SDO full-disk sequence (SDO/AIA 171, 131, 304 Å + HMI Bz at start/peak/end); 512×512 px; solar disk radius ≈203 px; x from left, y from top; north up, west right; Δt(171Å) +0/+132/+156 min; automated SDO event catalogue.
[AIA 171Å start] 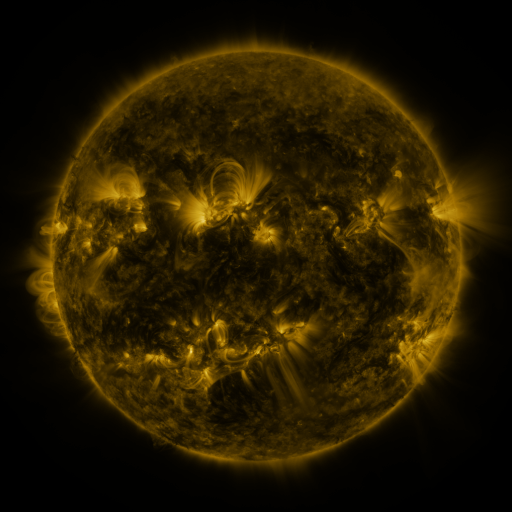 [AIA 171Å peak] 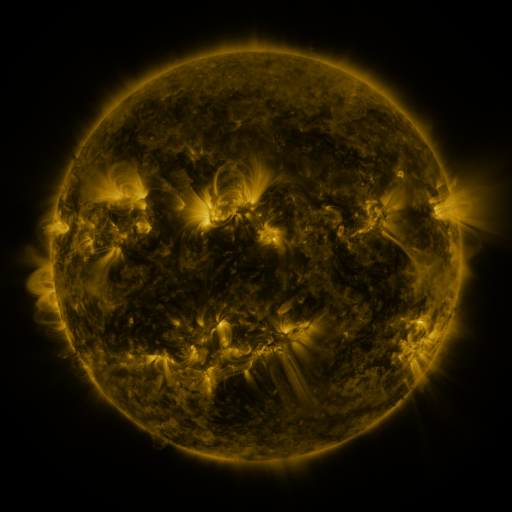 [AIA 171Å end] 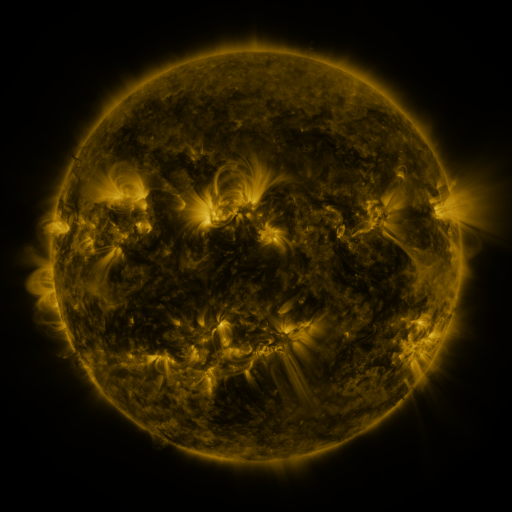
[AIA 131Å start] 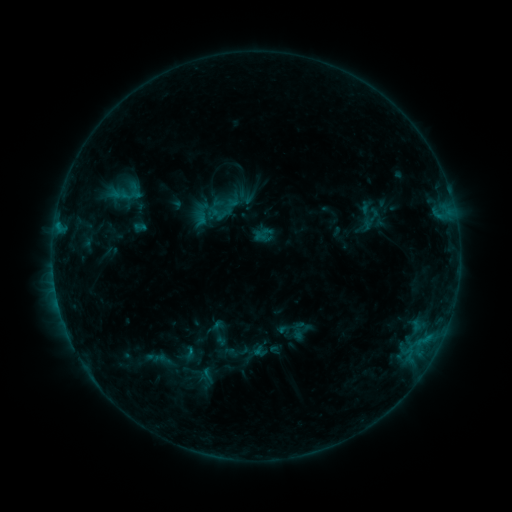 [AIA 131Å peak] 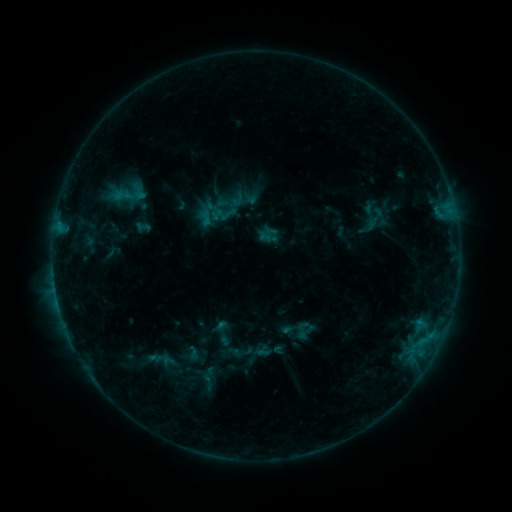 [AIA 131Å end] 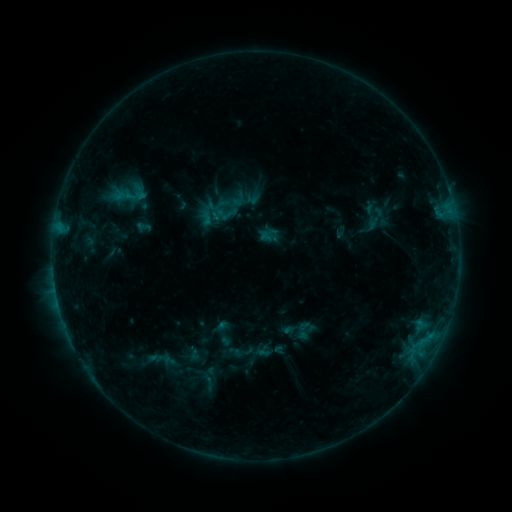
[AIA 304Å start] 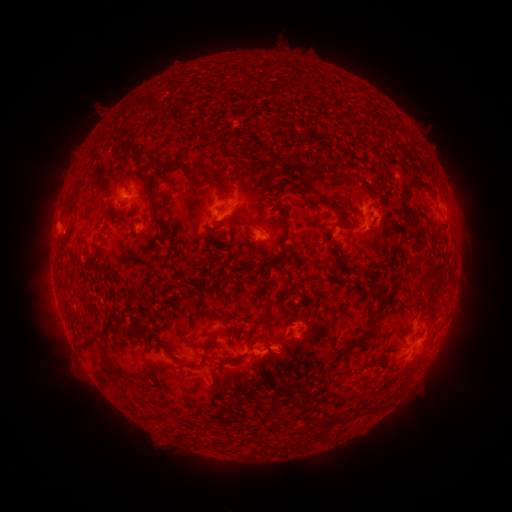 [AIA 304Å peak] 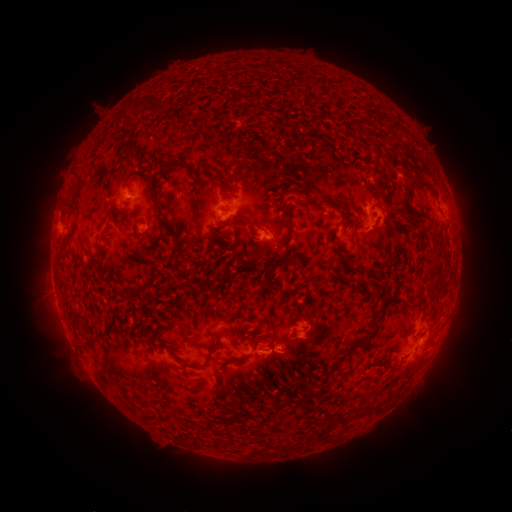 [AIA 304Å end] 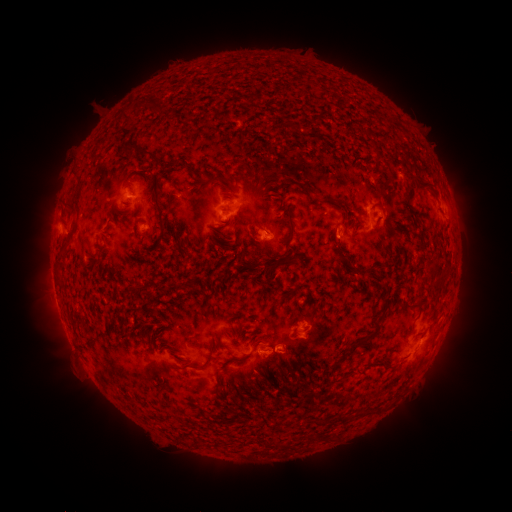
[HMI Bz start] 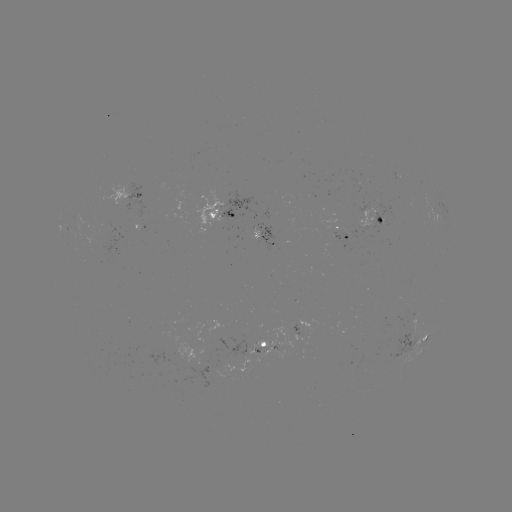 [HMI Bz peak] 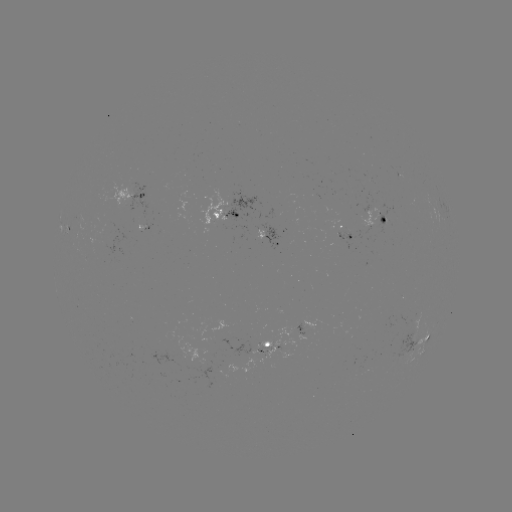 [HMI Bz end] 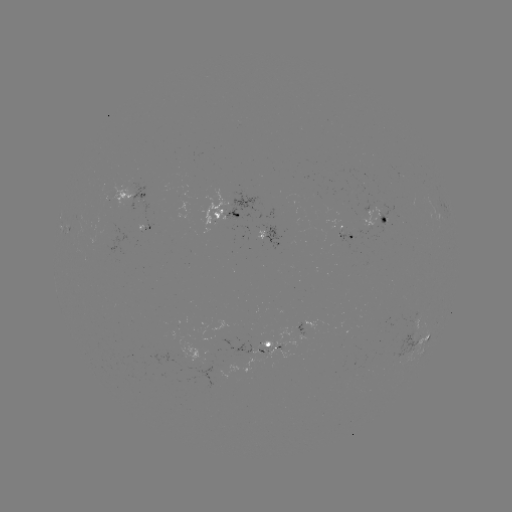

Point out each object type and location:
emerging-flux region: (143, 224)
